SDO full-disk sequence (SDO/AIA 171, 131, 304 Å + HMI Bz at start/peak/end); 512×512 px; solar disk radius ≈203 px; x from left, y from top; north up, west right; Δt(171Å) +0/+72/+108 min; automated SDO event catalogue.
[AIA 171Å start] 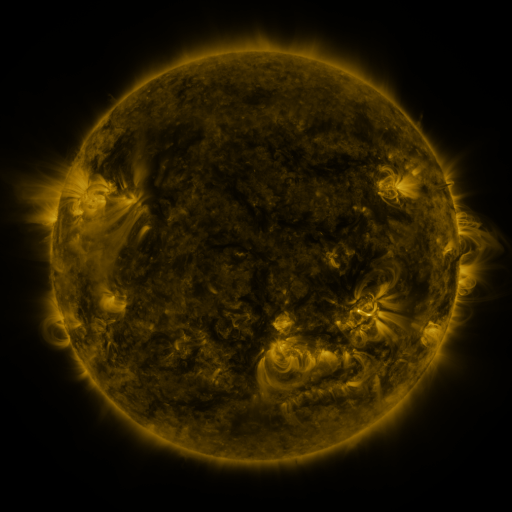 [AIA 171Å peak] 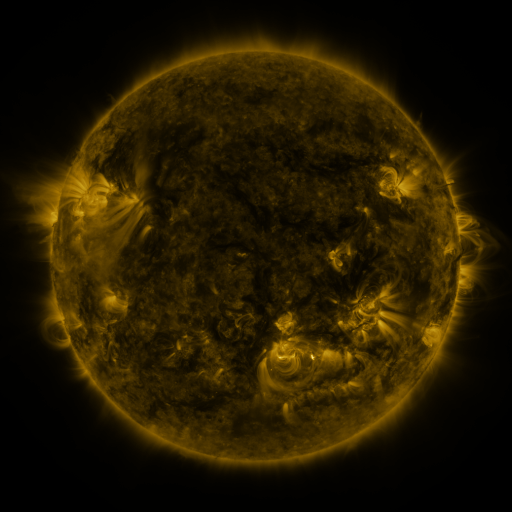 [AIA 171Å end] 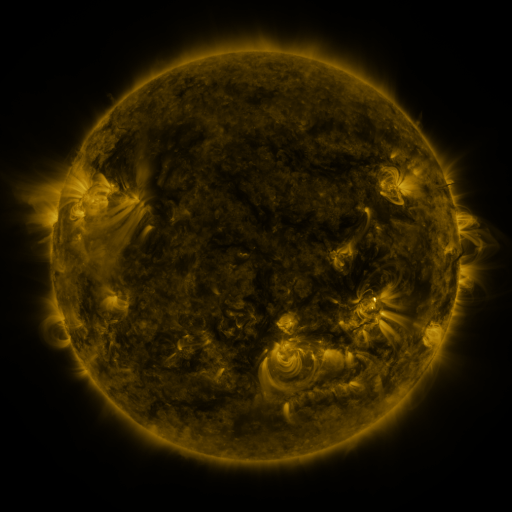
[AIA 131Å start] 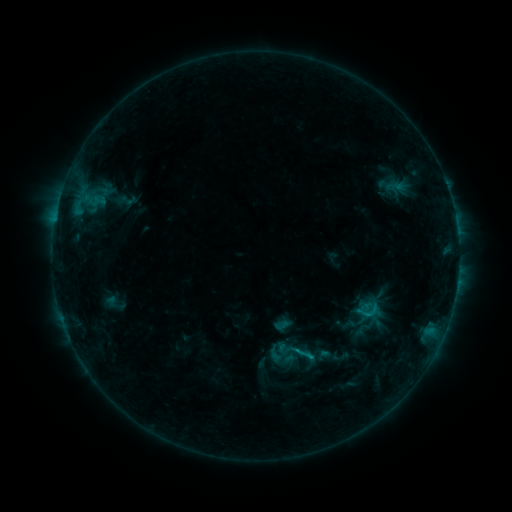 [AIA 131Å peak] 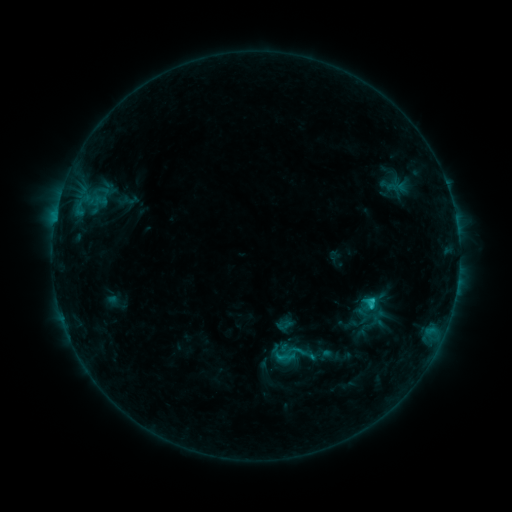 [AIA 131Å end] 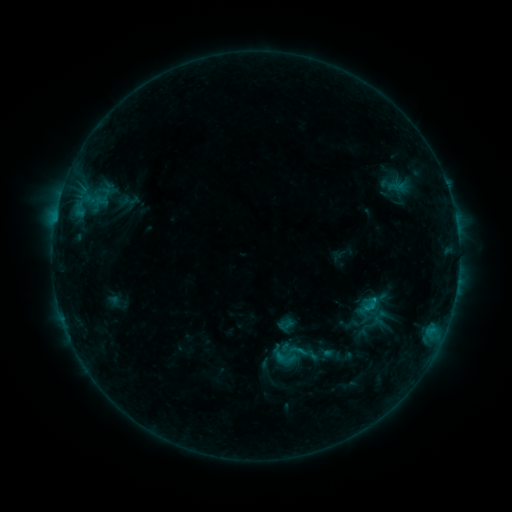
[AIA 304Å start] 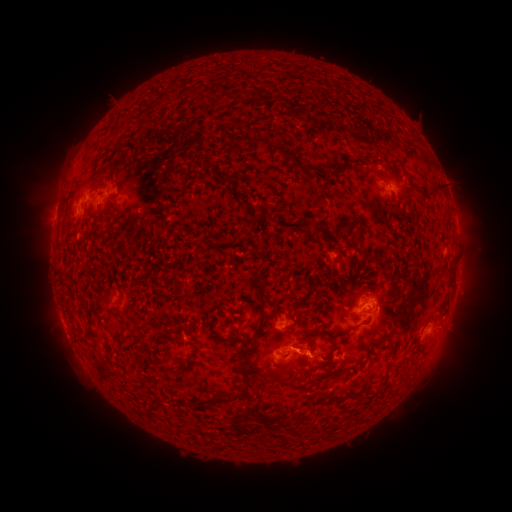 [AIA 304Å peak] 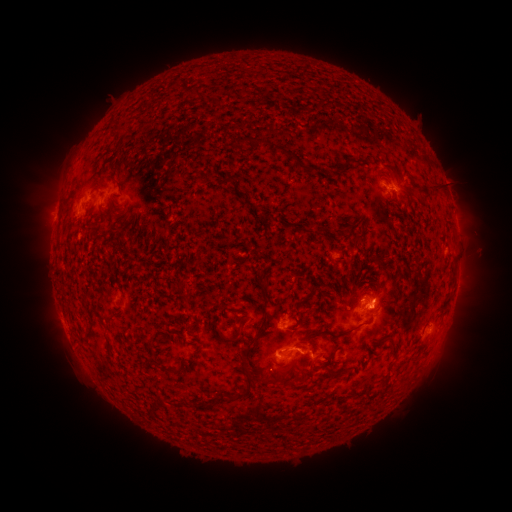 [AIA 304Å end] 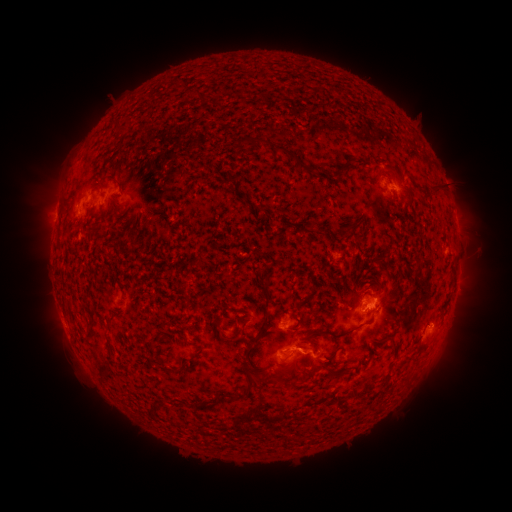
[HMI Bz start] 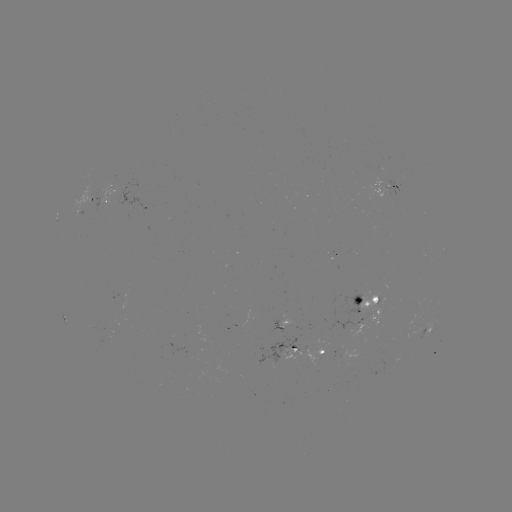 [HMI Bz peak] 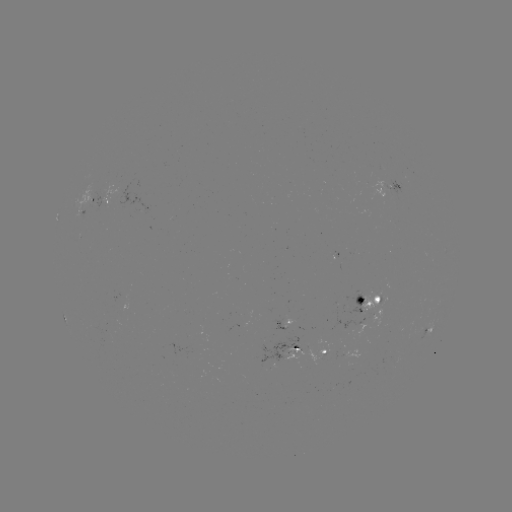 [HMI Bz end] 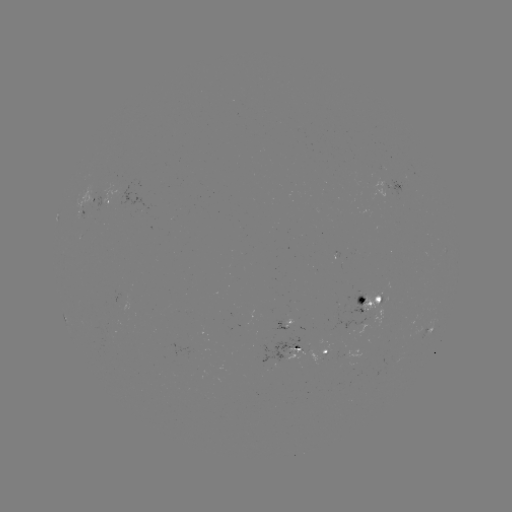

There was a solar emerging-flux region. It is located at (373, 317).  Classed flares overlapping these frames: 2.